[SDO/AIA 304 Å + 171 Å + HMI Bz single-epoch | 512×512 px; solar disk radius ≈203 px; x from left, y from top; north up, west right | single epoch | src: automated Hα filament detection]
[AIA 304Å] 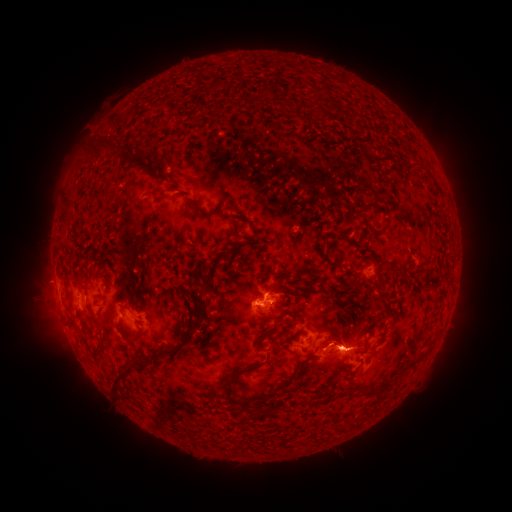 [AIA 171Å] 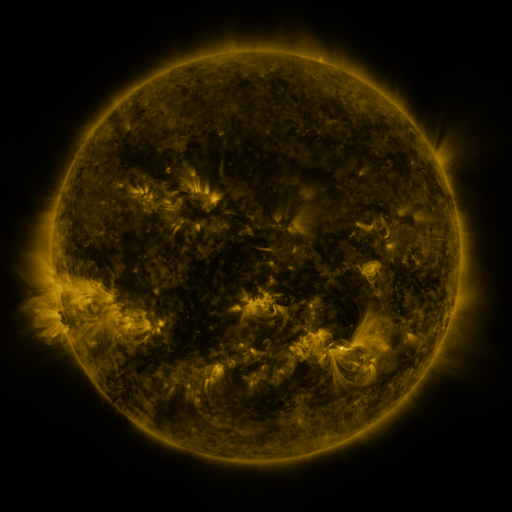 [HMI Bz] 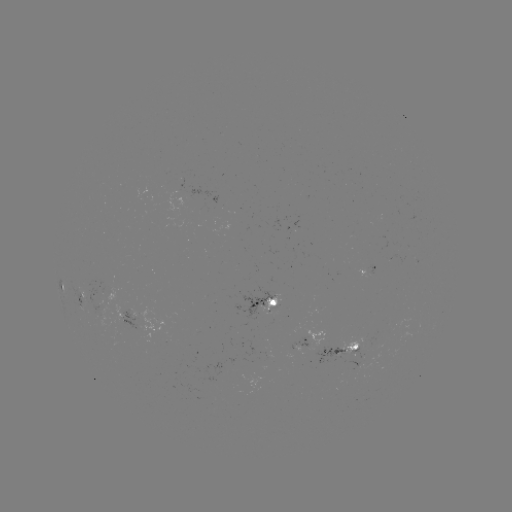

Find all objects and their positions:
filament: <bbox>253, 86, 268, 101</bbox>
filament: <bbox>324, 103, 332, 113</bbox>
filament: <bbox>84, 143, 121, 161</bbox>
filament: <bbox>404, 159, 426, 170</bbox>
filament: <bbox>151, 172, 160, 182</bbox>
filament: <bbox>429, 178, 440, 190</bbox>
filament: <bbox>181, 195, 223, 218</bbox>
filament: <bbox>63, 199, 72, 211</bbox>
filament: <bbox>357, 202, 370, 210</bbox>
filament: <bbox>336, 257, 342, 267</bbox>
filament: <bbox>400, 276, 409, 284</bbox>
filament: <bbox>204, 285, 212, 294</bbox>
filament: <bbox>188, 295, 209, 327</bbox>
filament: <bbox>379, 295, 390, 312</bbox>
filament: <bbox>121, 305, 132, 313</bbox>
filament: <bbox>117, 323, 142, 345</bbox>
filament: <bbox>363, 335, 370, 349</bbox>
filament: <bbox>94, 343, 104, 358</bbox>
filament: <bbox>162, 343, 180, 358</bbox>
filament: <bbox>112, 357, 146, 402</bbox>
filament: <bbox>217, 359, 269, 392</bbox>
filament: <bbox>296, 365, 306, 375</bbox>
filament: <bbox>303, 377, 334, 394</bbox>
filament: <bbox>357, 379, 394, 395</bbox>
